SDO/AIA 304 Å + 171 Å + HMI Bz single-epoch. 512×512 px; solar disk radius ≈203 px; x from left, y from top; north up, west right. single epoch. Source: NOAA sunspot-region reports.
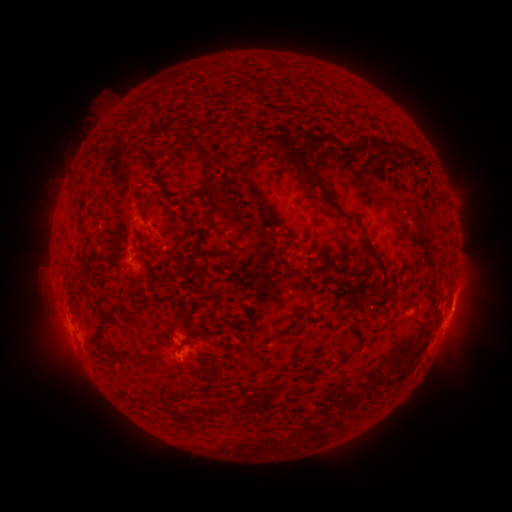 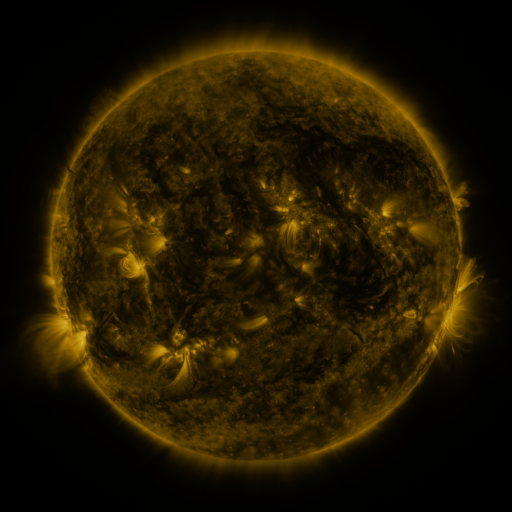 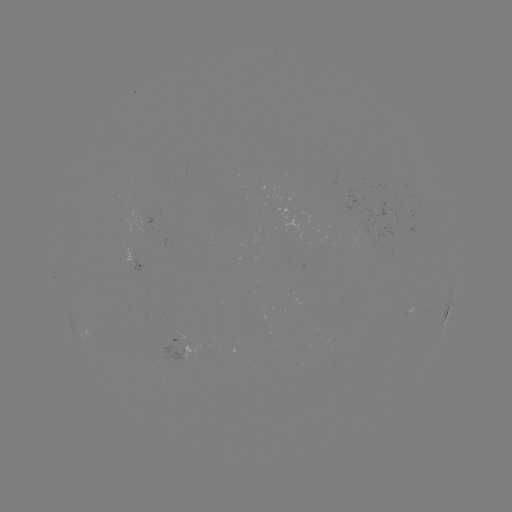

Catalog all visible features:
spotted active region: (142, 266)
spotted active region: (450, 311)
spotted active region: (186, 344)
